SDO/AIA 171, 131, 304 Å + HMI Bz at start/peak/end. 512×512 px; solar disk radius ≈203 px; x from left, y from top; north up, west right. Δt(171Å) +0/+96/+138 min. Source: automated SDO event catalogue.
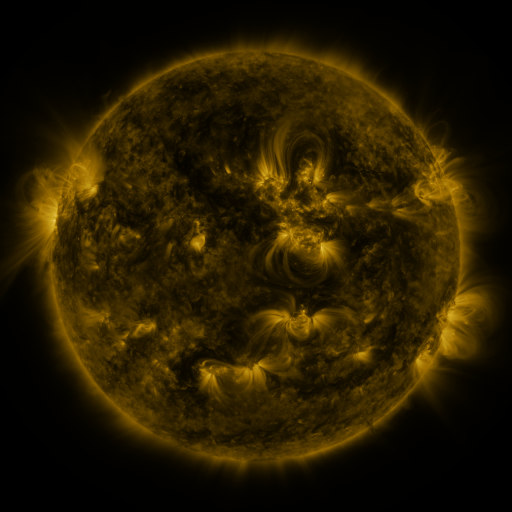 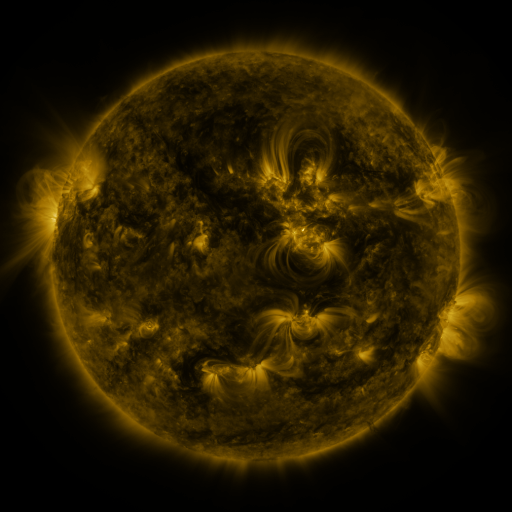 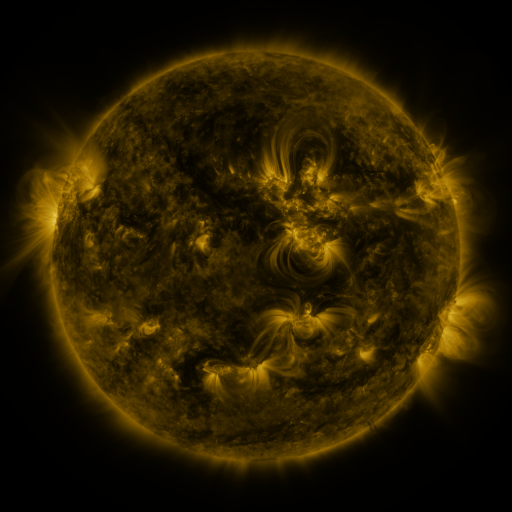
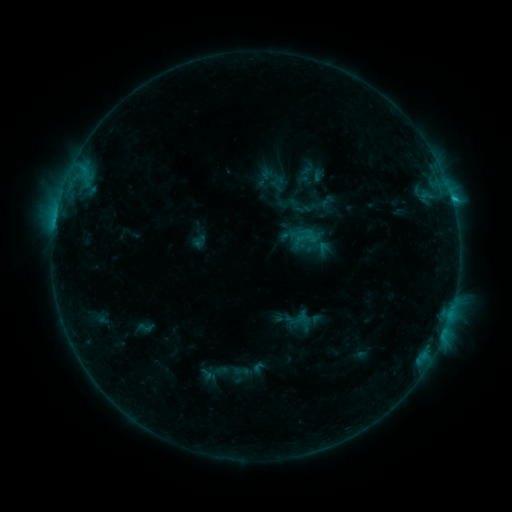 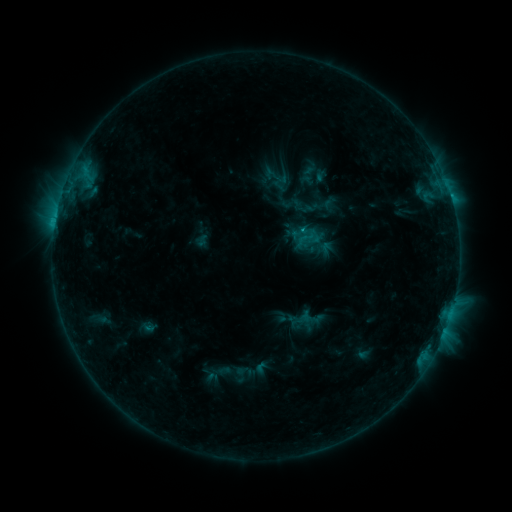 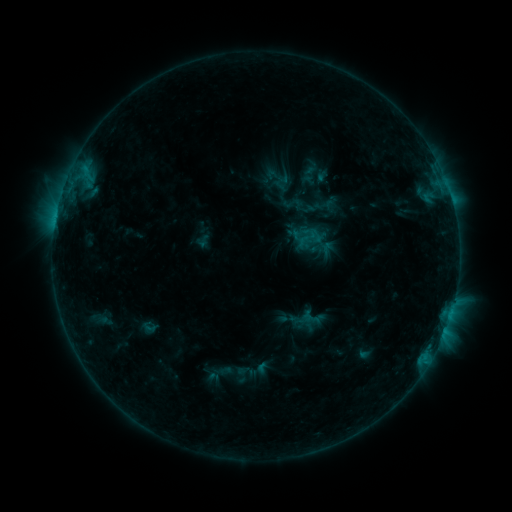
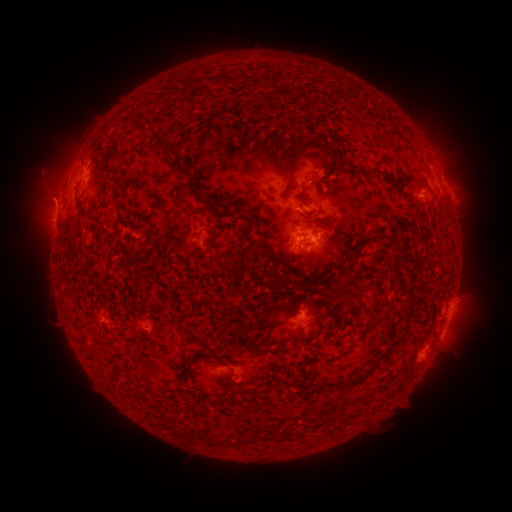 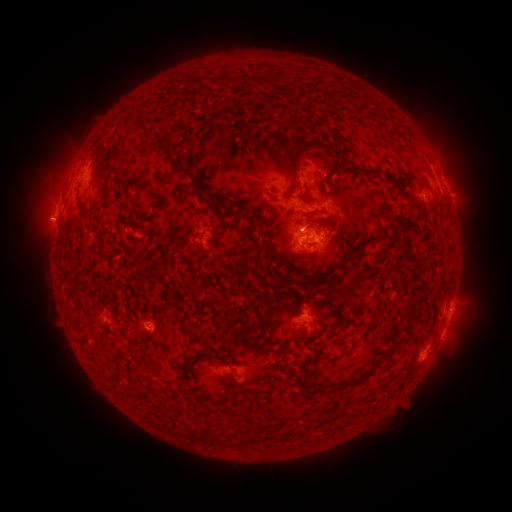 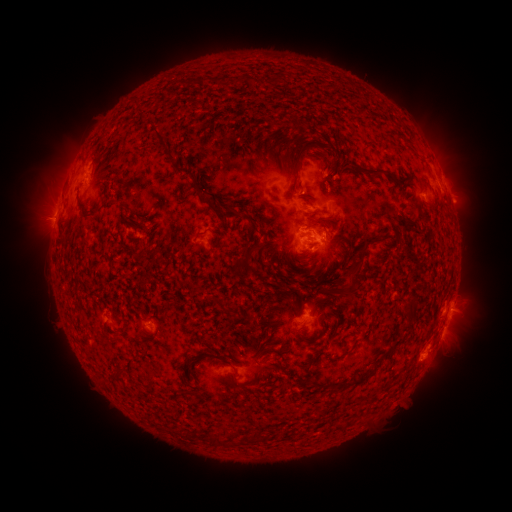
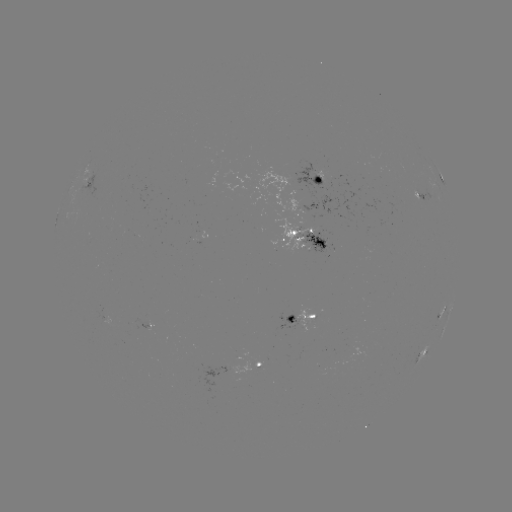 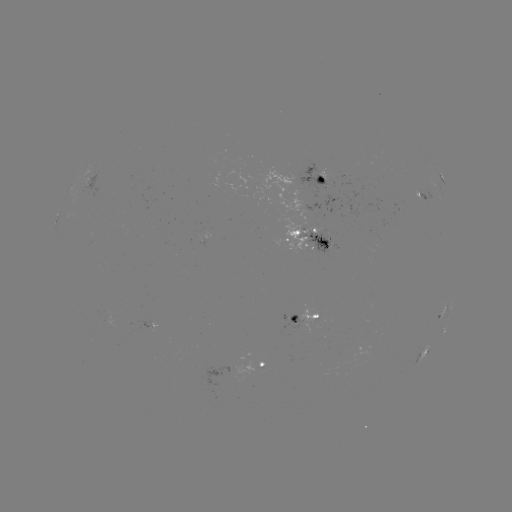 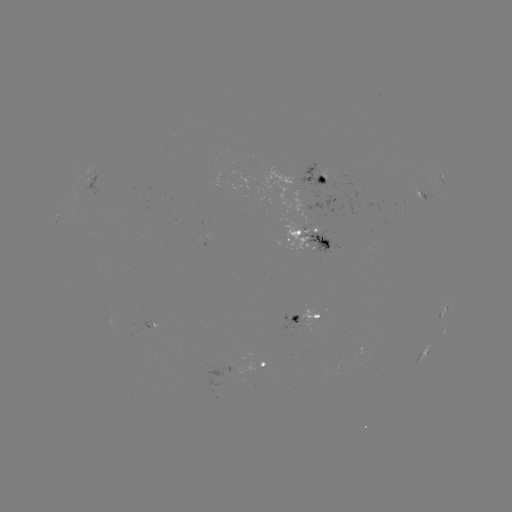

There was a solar flare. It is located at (300, 229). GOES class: C1.6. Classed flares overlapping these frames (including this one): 1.